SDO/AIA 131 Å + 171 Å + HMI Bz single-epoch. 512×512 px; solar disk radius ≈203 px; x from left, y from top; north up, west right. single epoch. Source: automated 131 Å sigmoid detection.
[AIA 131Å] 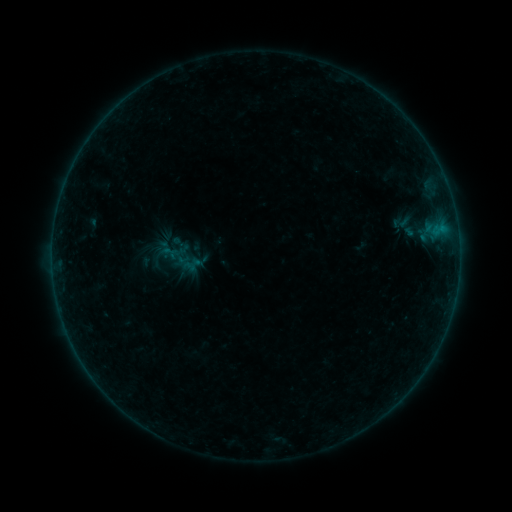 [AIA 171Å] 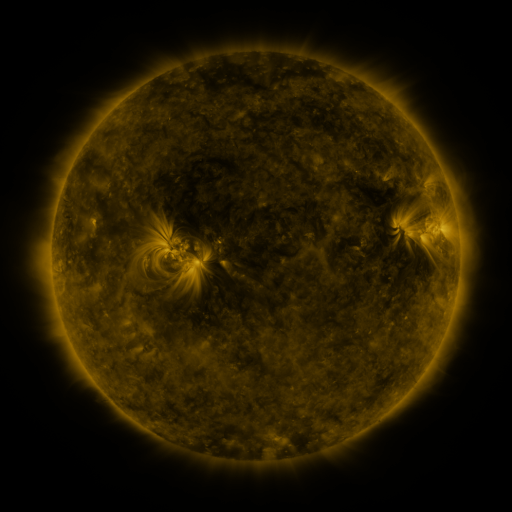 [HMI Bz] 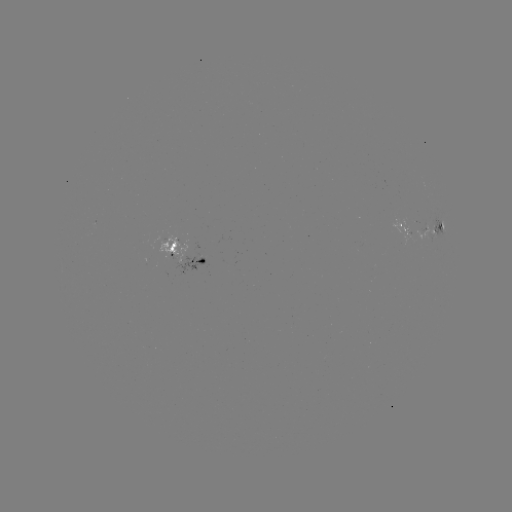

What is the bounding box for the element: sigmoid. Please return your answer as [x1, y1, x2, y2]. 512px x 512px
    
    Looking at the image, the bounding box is [389, 214, 412, 231].